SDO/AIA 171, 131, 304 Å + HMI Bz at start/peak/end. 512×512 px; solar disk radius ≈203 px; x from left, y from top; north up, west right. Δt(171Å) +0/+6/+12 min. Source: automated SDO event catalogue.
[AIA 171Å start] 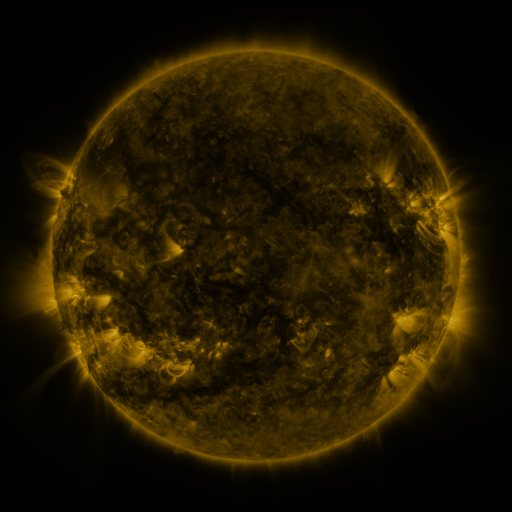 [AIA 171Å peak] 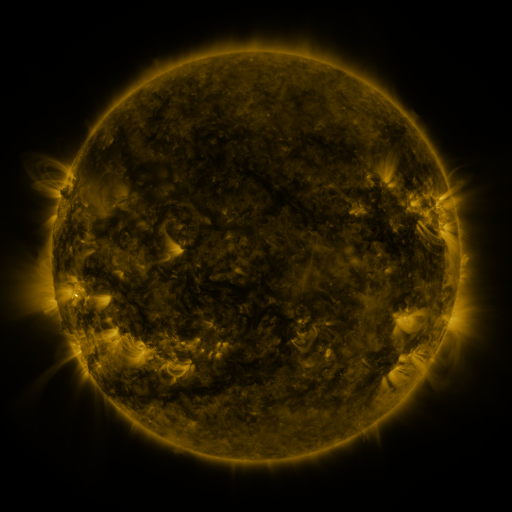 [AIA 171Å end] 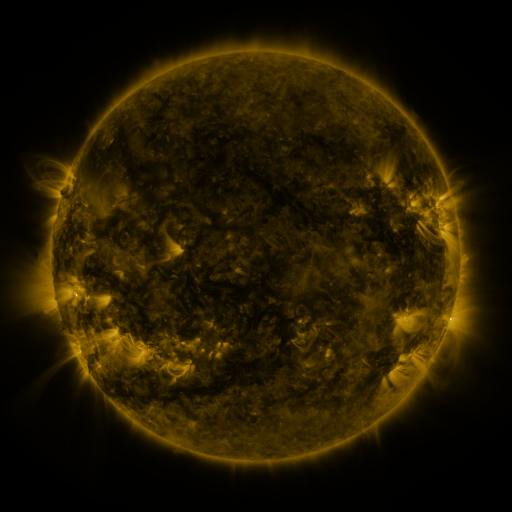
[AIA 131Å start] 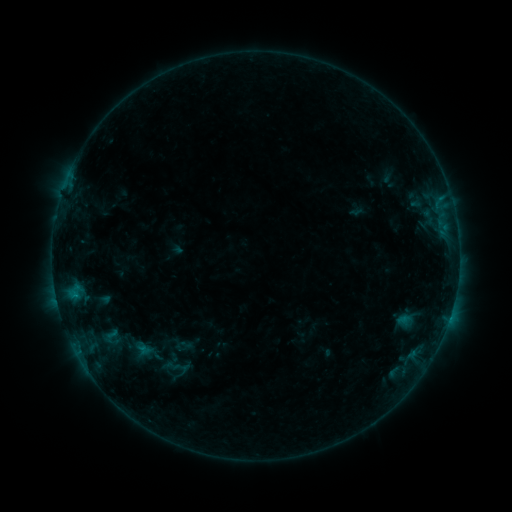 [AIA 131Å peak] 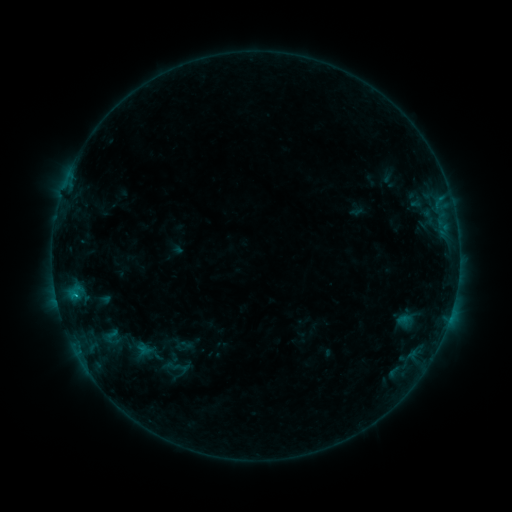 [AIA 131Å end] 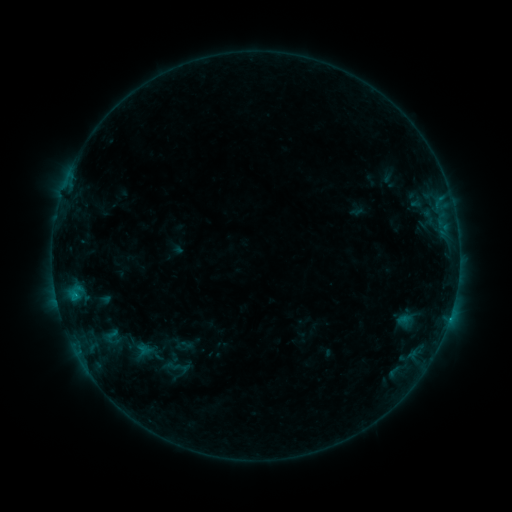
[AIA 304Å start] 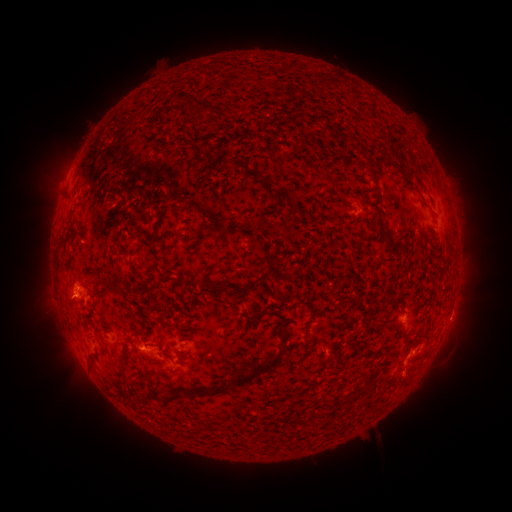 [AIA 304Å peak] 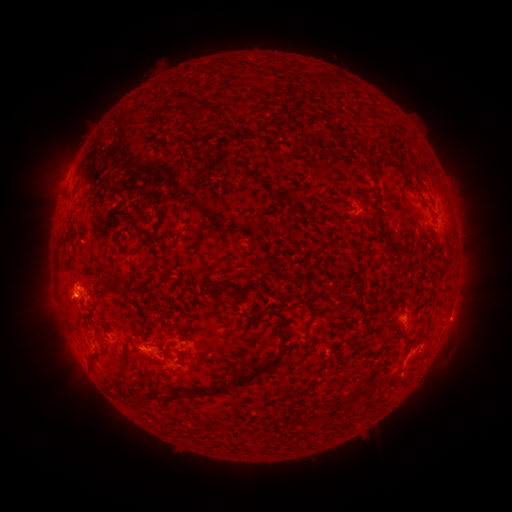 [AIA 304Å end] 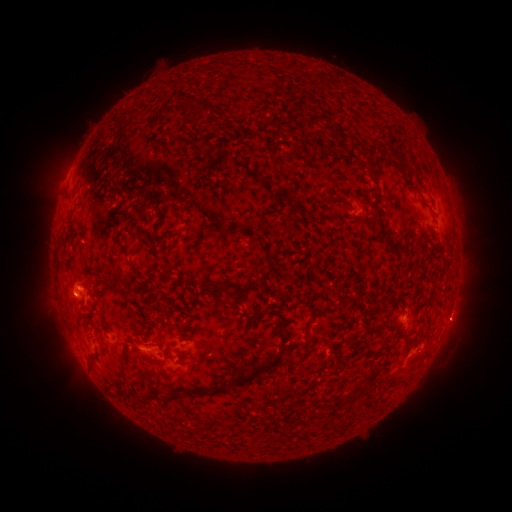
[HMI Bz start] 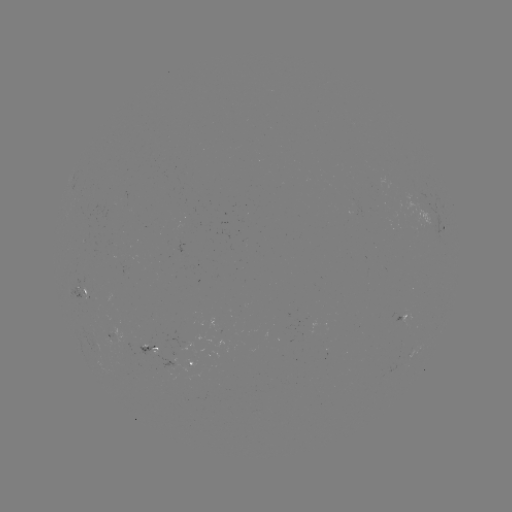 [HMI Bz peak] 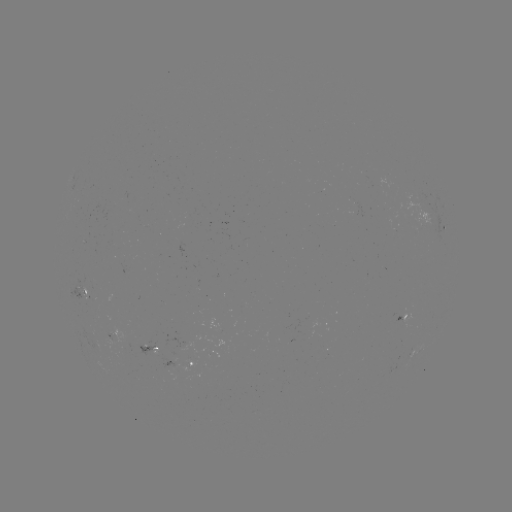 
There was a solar flare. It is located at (76, 294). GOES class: B6.6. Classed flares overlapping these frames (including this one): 1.